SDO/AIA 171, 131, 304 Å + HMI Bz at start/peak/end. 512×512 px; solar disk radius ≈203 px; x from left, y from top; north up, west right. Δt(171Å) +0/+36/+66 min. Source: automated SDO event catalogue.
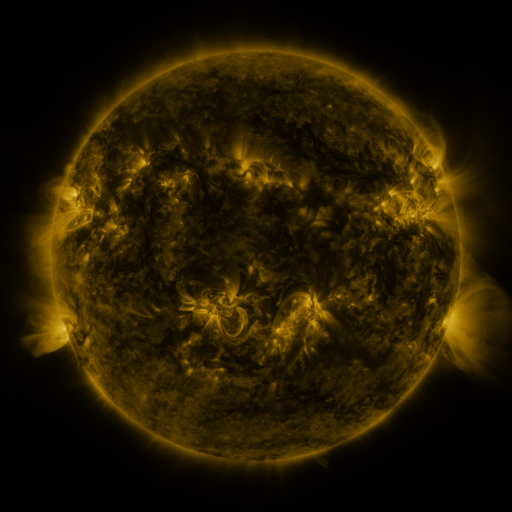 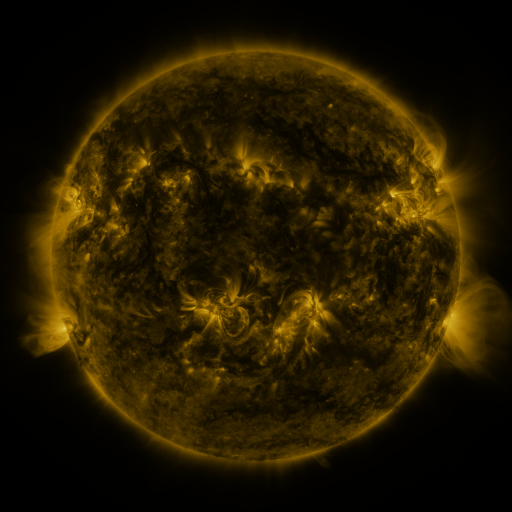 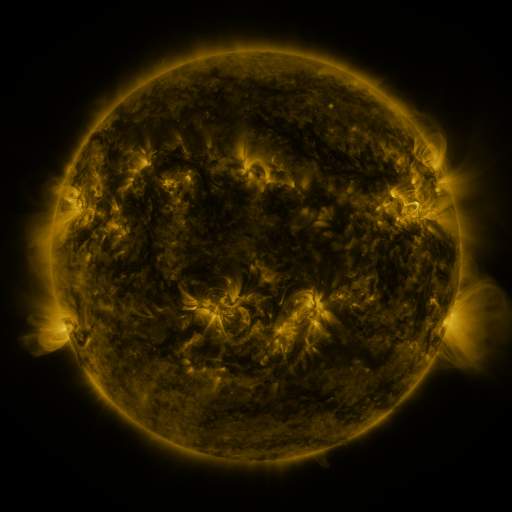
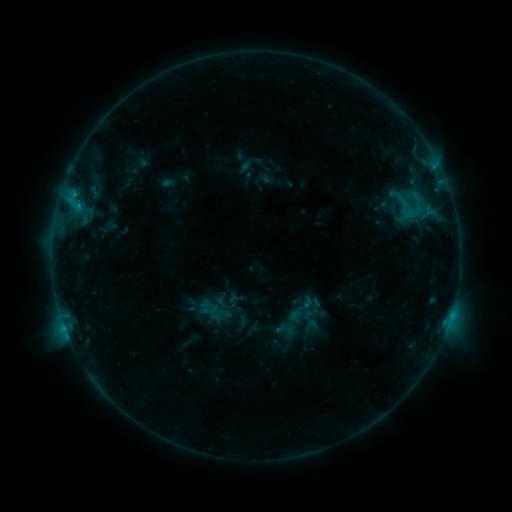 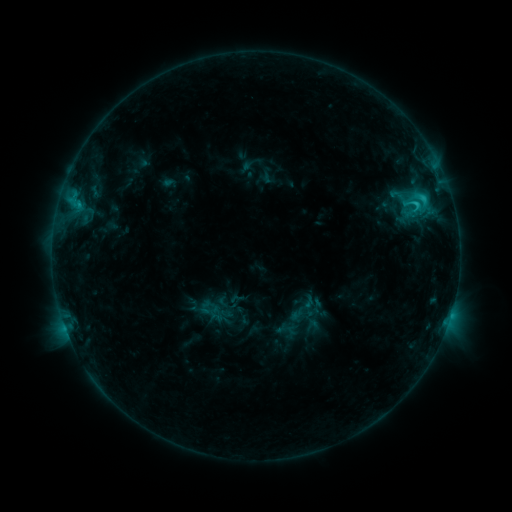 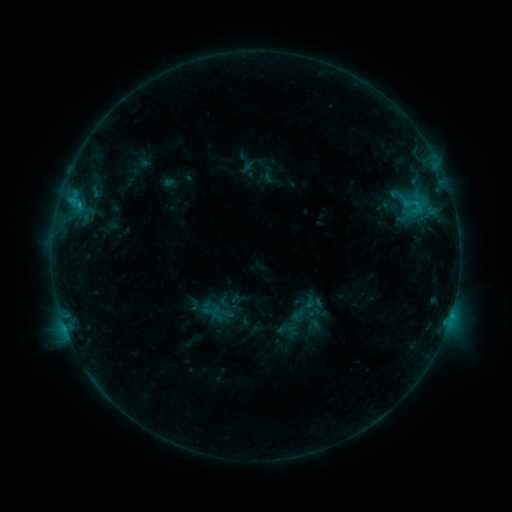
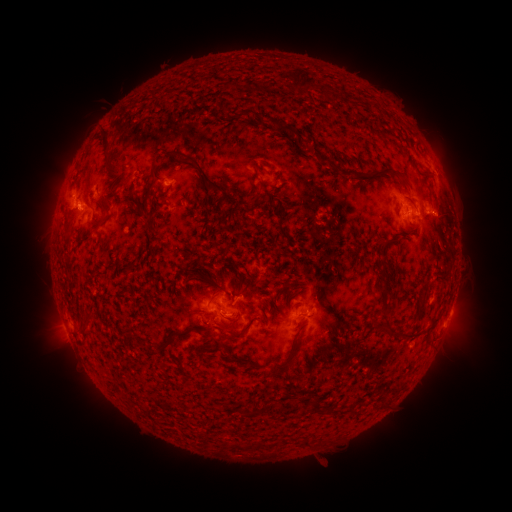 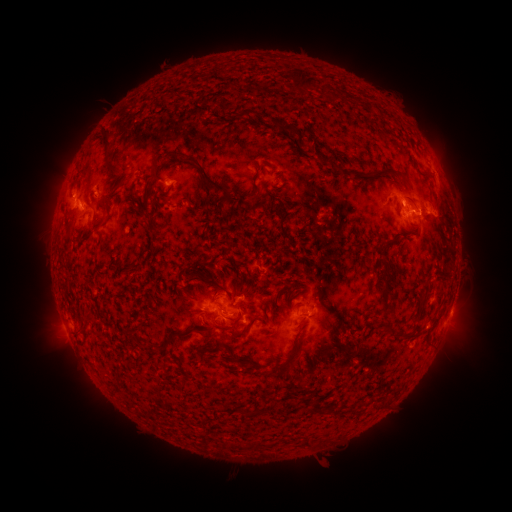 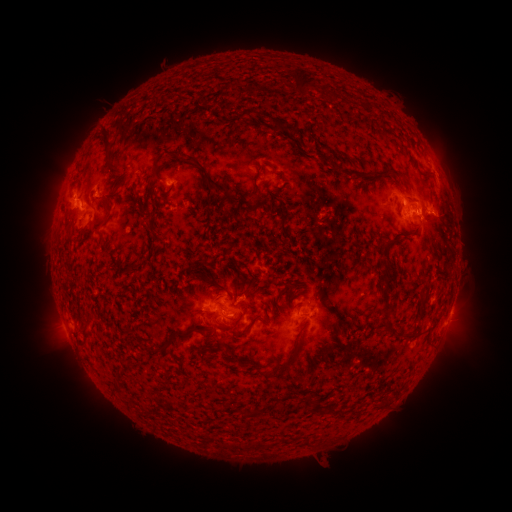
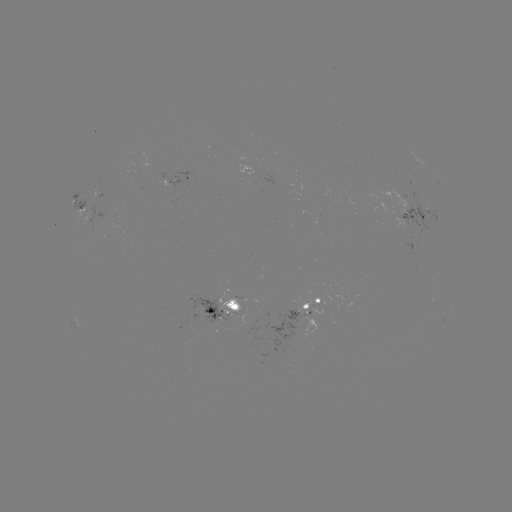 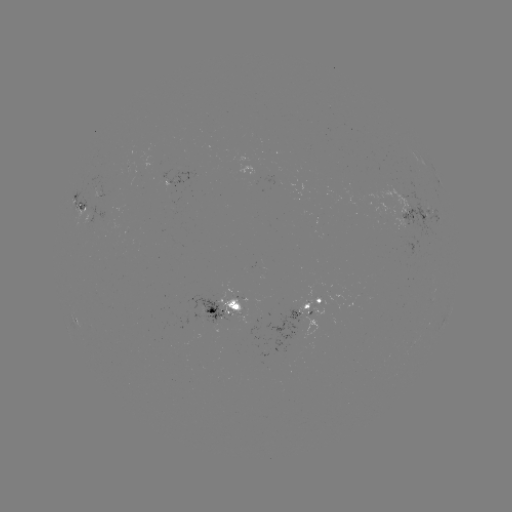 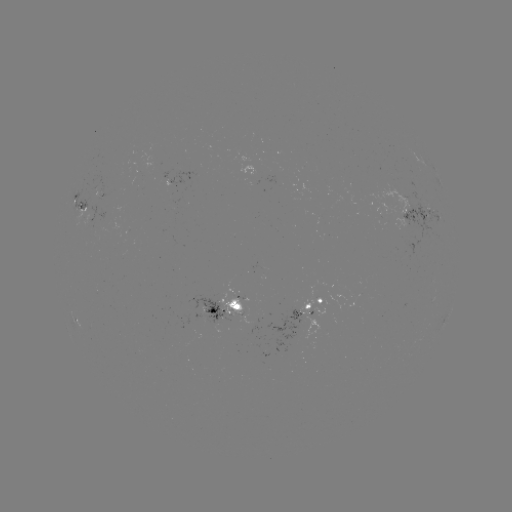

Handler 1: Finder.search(C2.1 flare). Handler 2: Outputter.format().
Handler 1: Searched C2.1 flare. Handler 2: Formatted (415, 205).